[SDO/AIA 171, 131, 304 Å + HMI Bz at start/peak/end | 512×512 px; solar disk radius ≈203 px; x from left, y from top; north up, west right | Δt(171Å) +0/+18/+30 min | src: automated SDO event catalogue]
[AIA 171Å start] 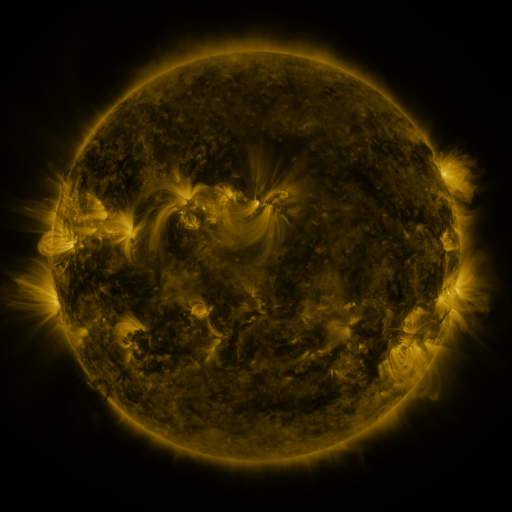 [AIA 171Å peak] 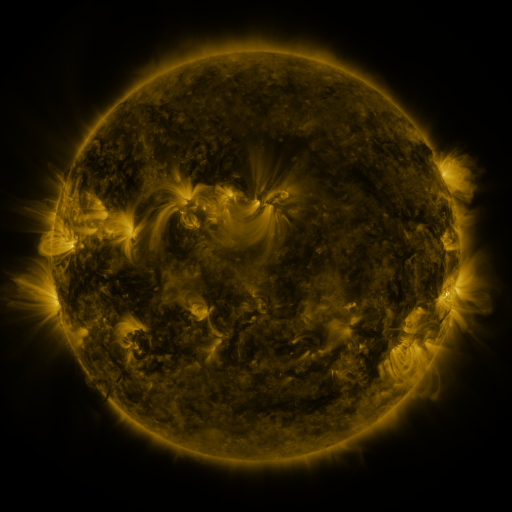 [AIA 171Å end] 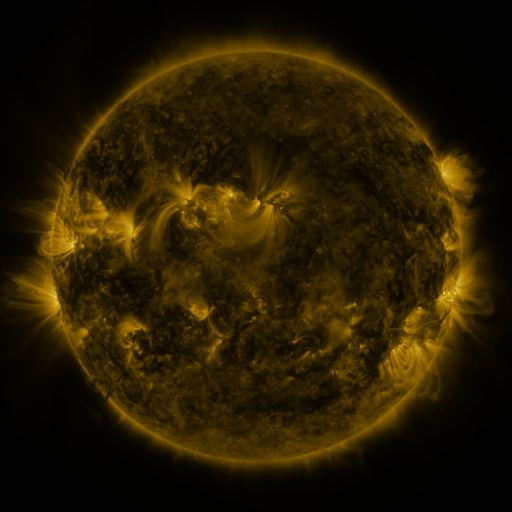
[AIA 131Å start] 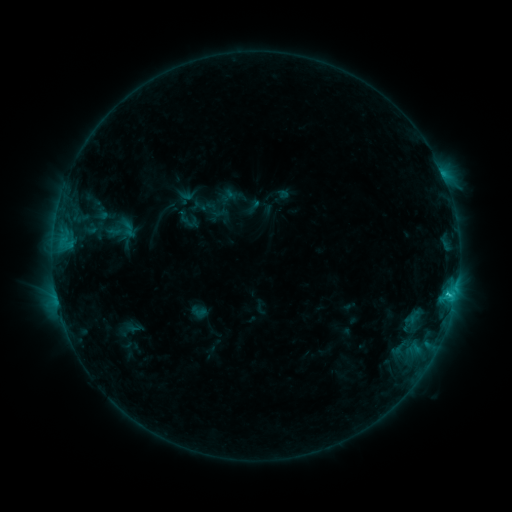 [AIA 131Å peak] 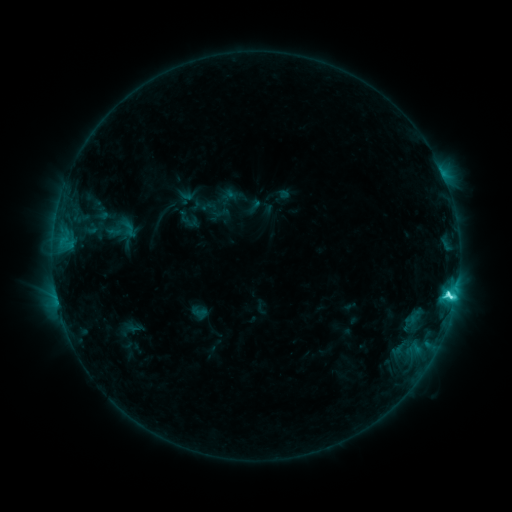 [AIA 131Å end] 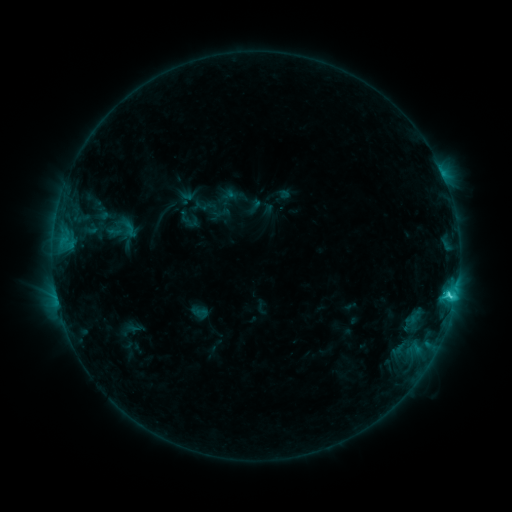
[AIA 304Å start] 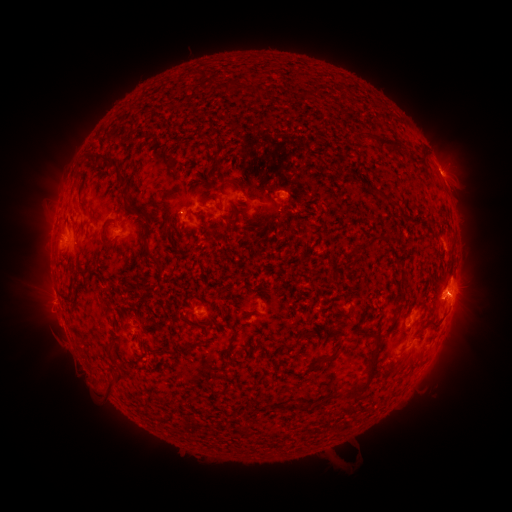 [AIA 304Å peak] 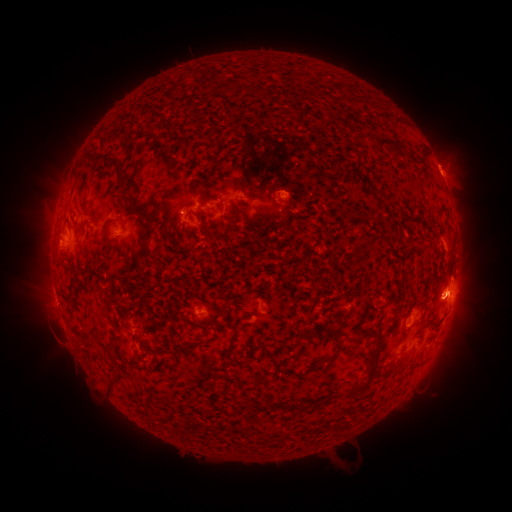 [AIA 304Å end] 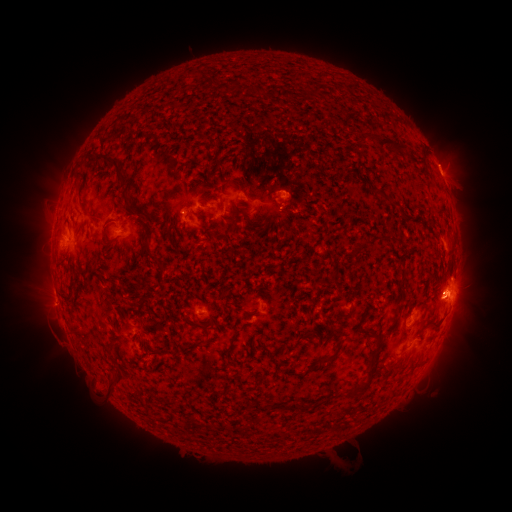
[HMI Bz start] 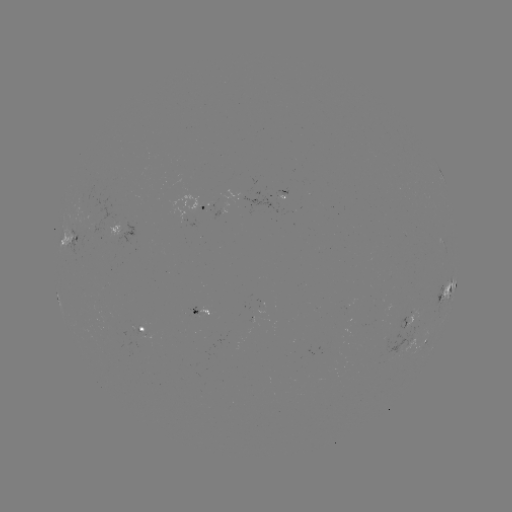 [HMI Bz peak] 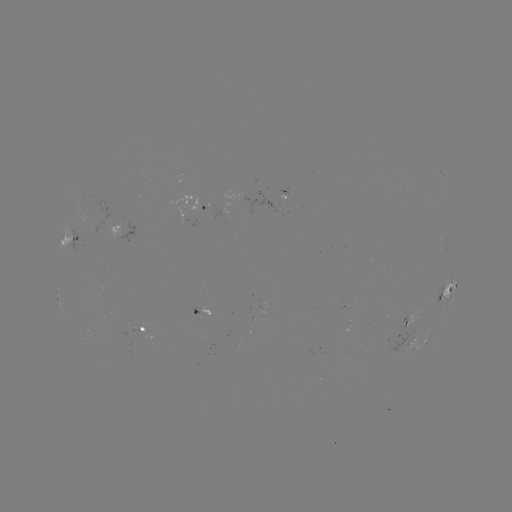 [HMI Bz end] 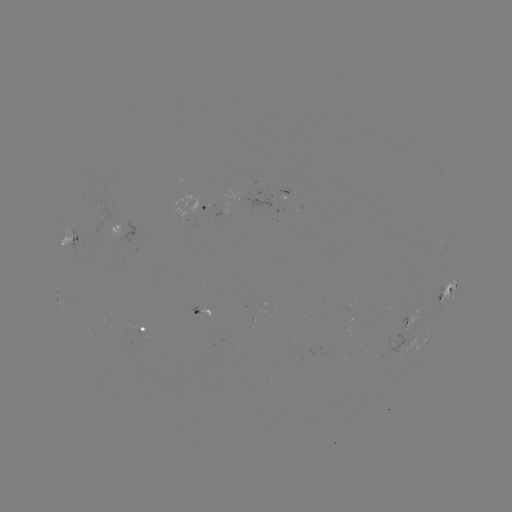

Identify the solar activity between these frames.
C5.0 flare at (448, 293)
